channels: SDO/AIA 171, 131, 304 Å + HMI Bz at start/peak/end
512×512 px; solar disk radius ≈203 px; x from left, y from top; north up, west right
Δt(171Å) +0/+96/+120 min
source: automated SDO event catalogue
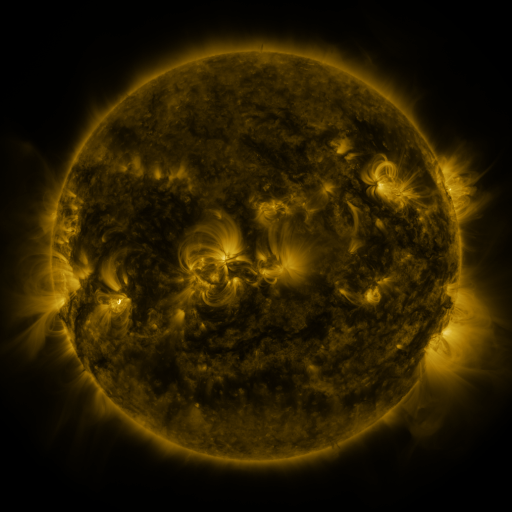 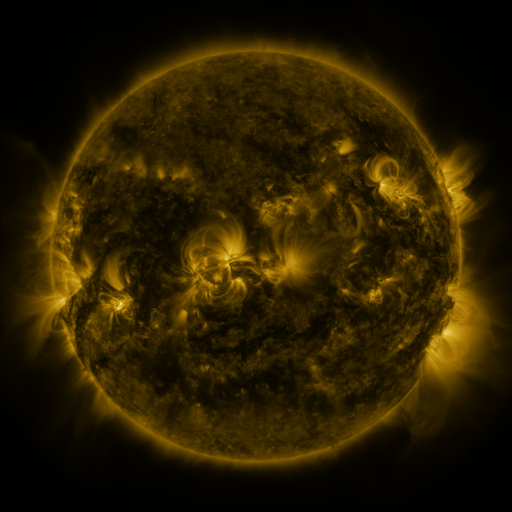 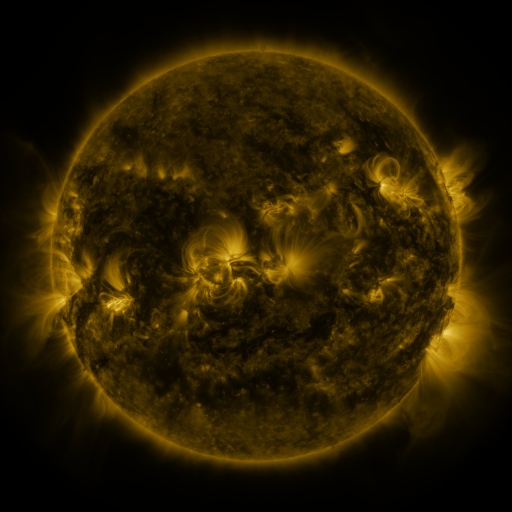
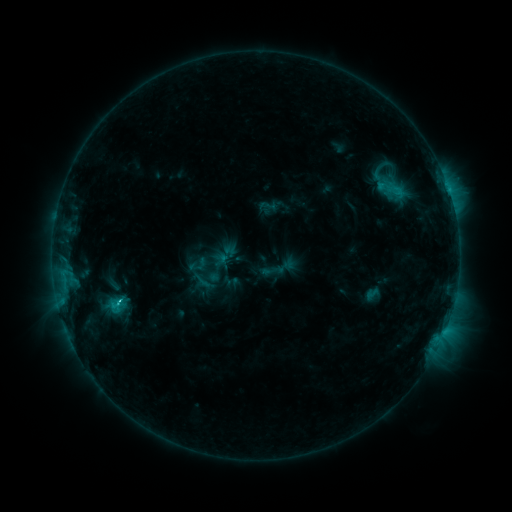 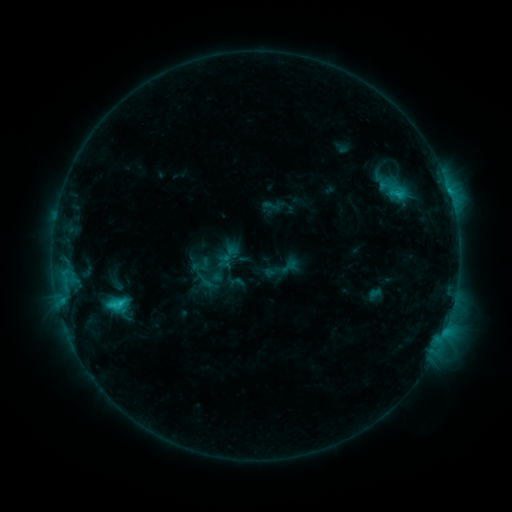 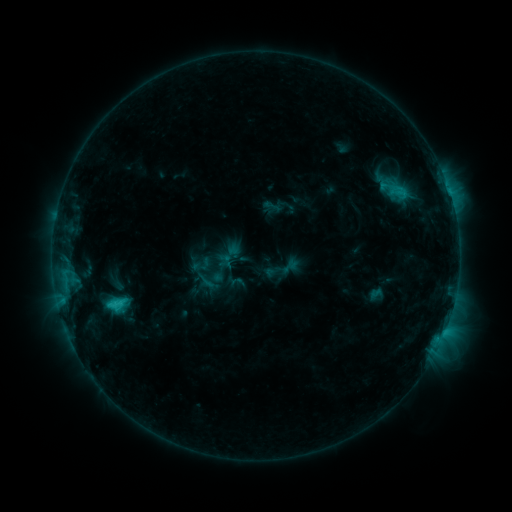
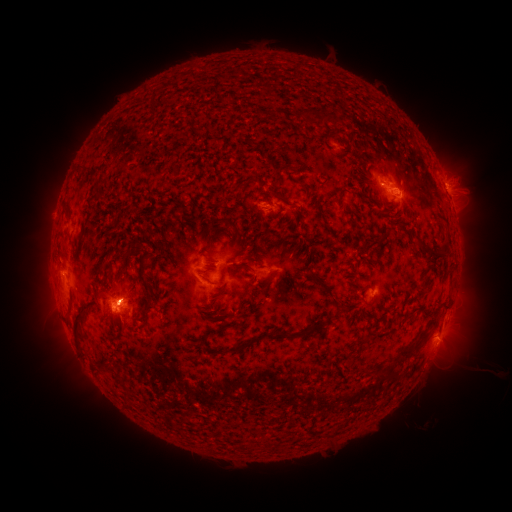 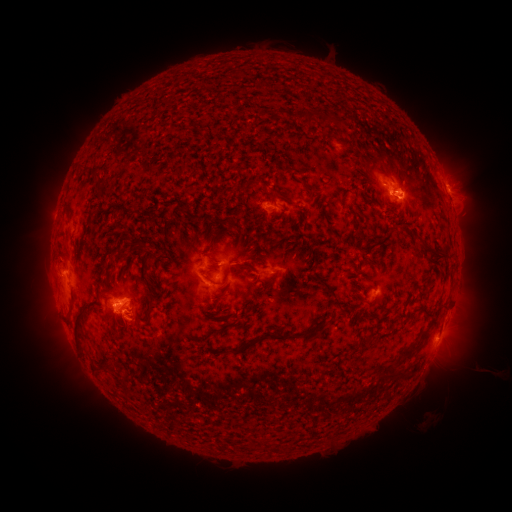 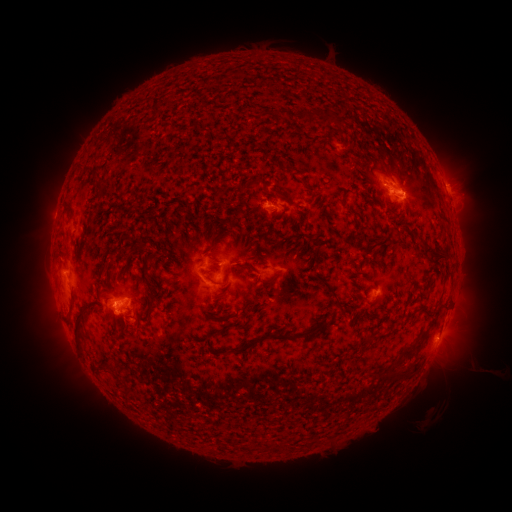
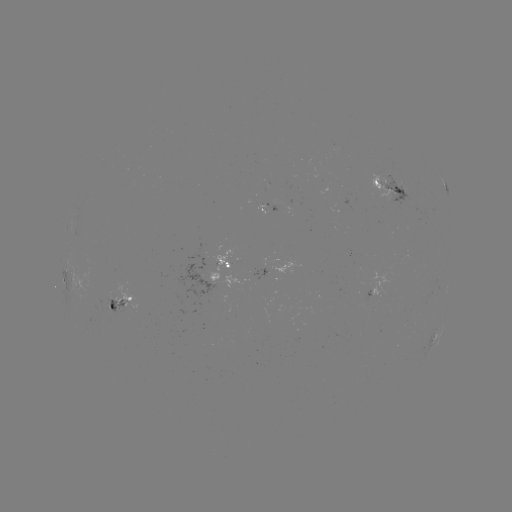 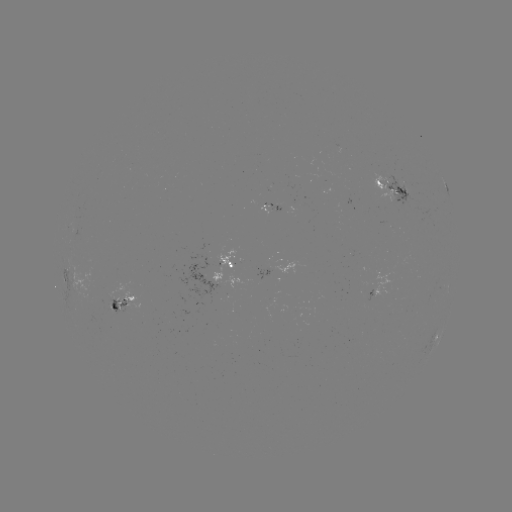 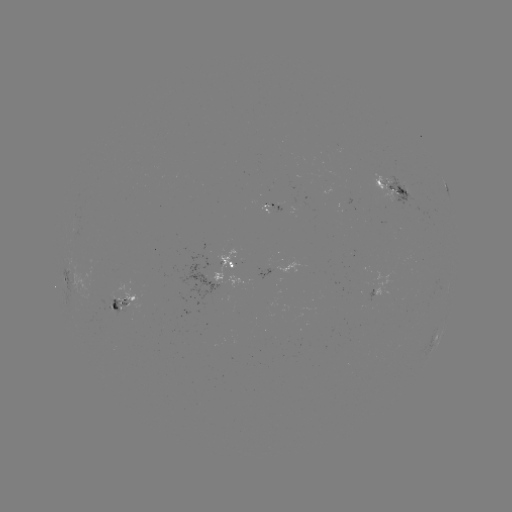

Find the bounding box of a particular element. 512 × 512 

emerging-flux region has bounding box [381, 173, 419, 212].